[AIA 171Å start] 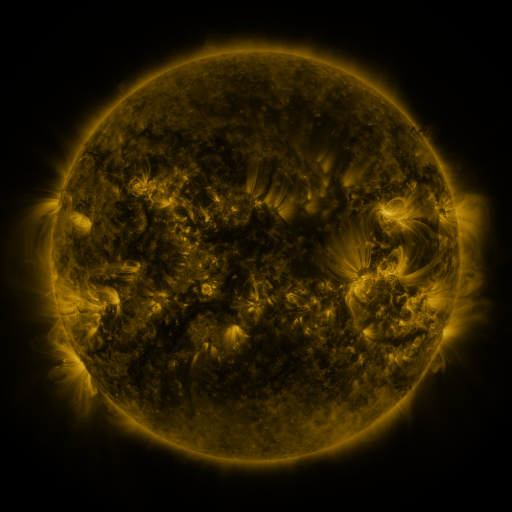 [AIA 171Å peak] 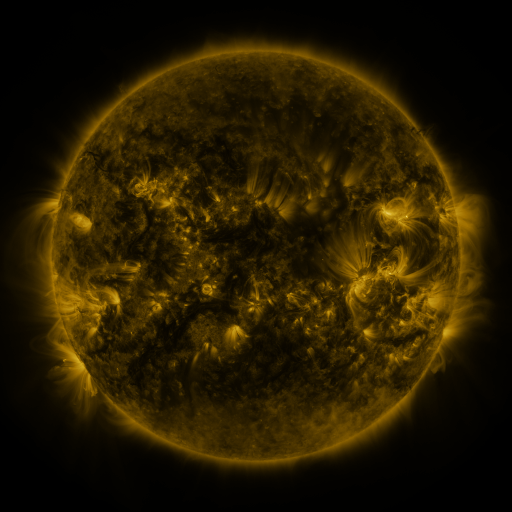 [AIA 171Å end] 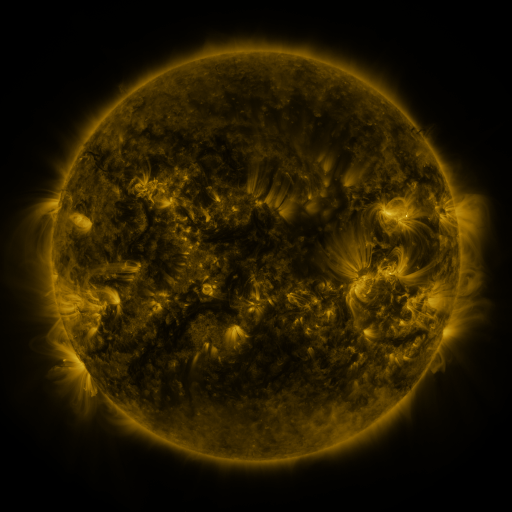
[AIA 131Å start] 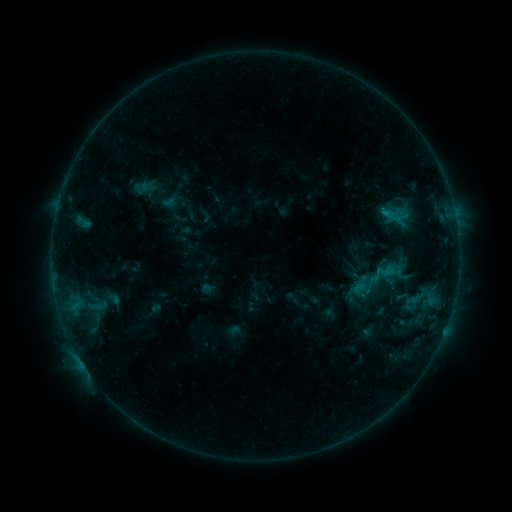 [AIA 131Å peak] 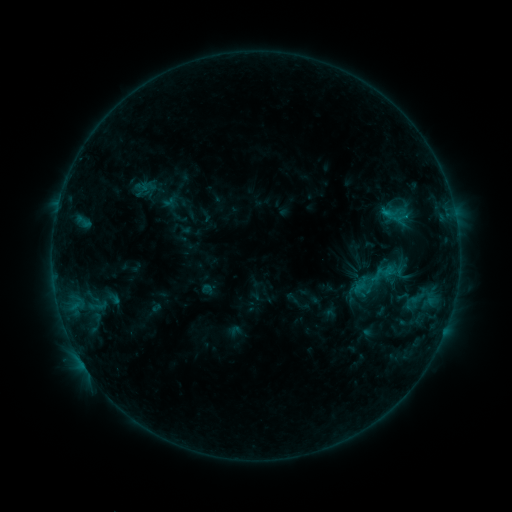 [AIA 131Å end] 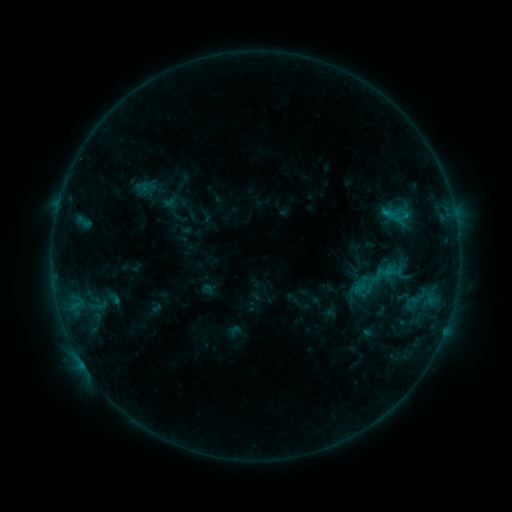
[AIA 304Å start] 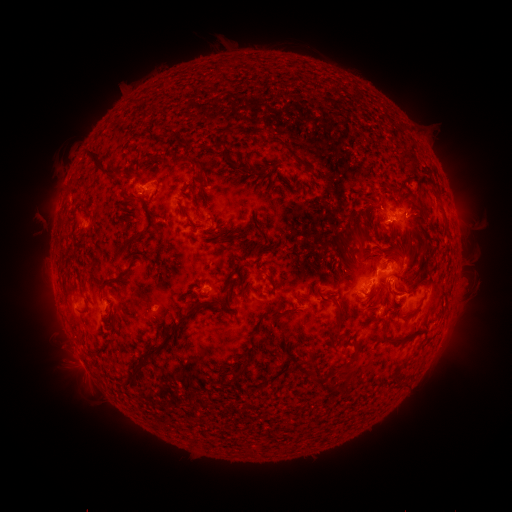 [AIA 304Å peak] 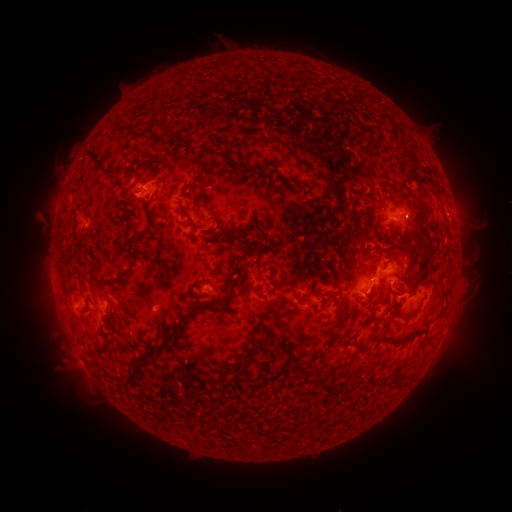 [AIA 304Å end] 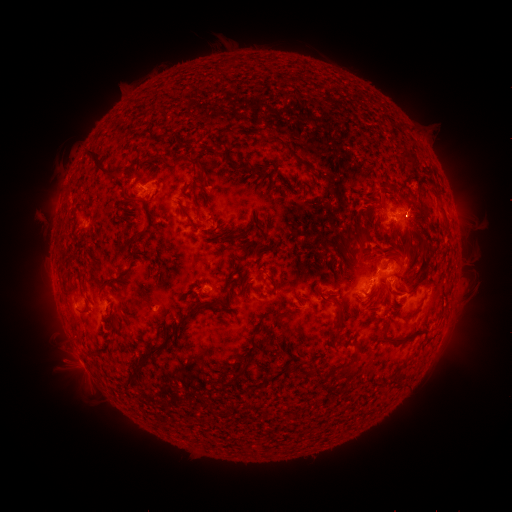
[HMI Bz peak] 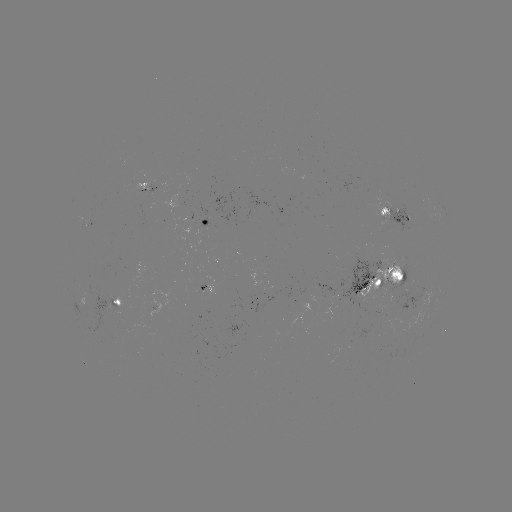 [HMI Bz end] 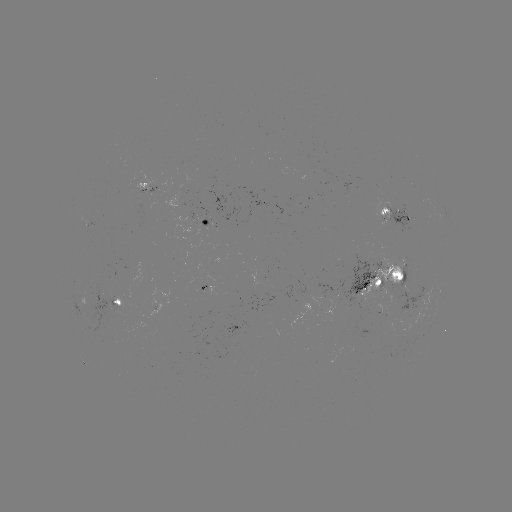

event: eruption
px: (416, 219)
